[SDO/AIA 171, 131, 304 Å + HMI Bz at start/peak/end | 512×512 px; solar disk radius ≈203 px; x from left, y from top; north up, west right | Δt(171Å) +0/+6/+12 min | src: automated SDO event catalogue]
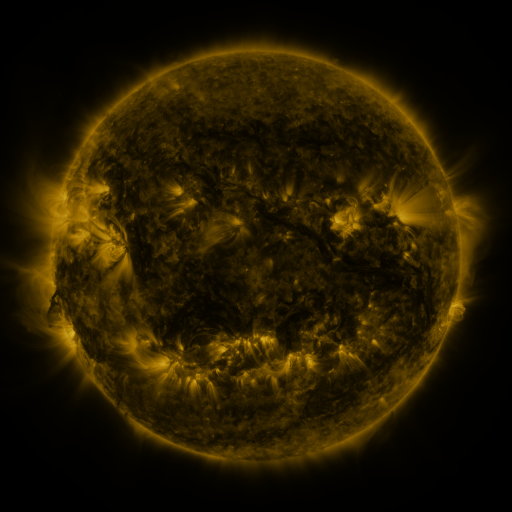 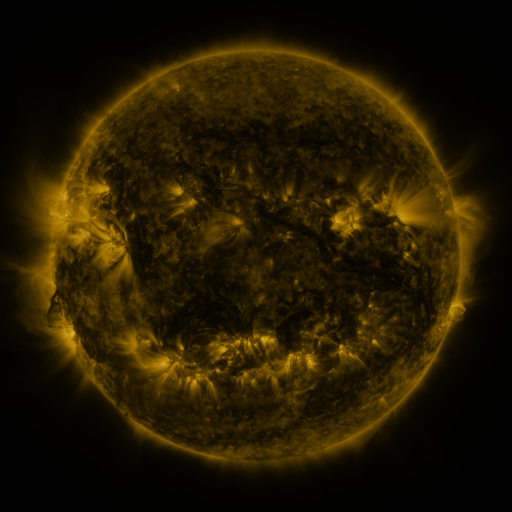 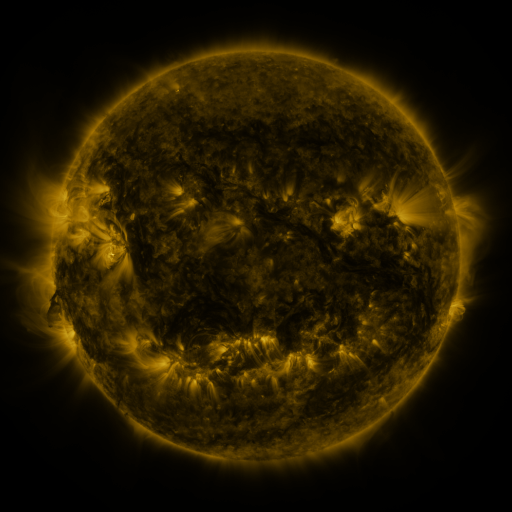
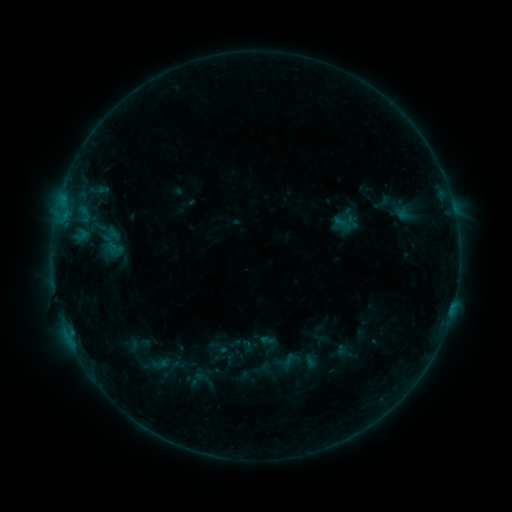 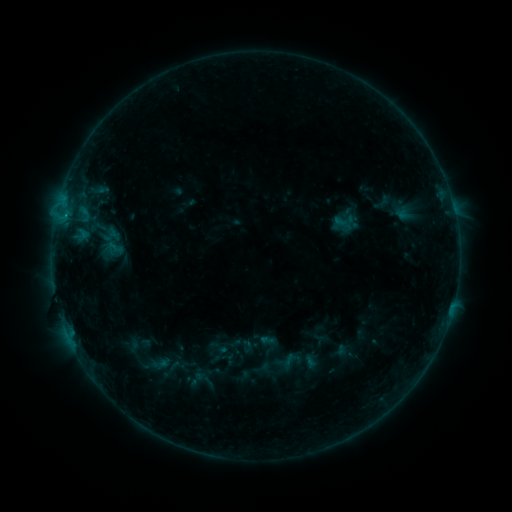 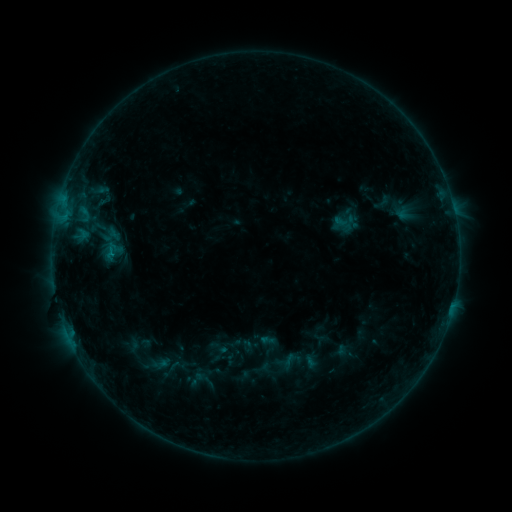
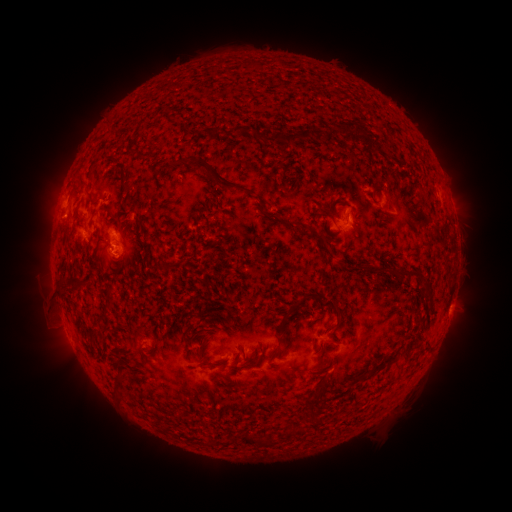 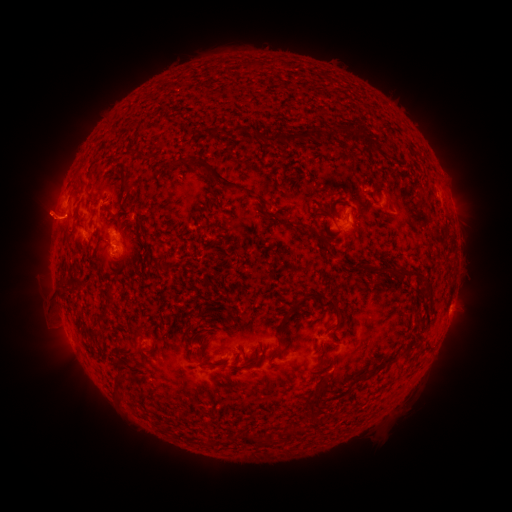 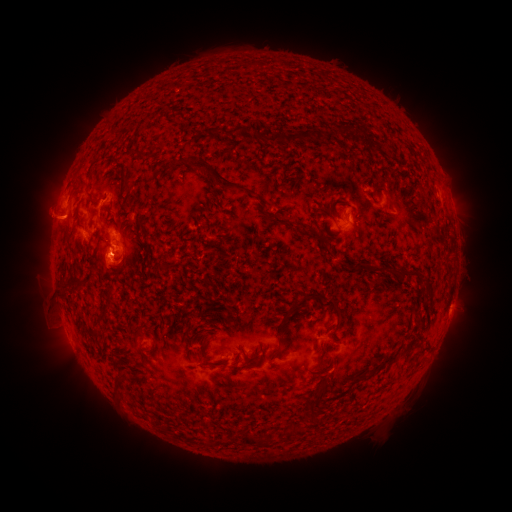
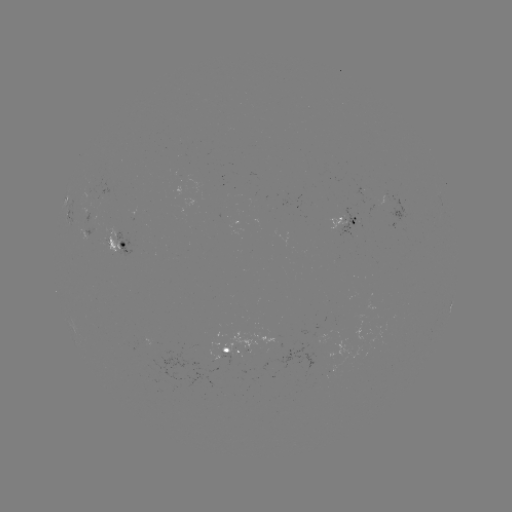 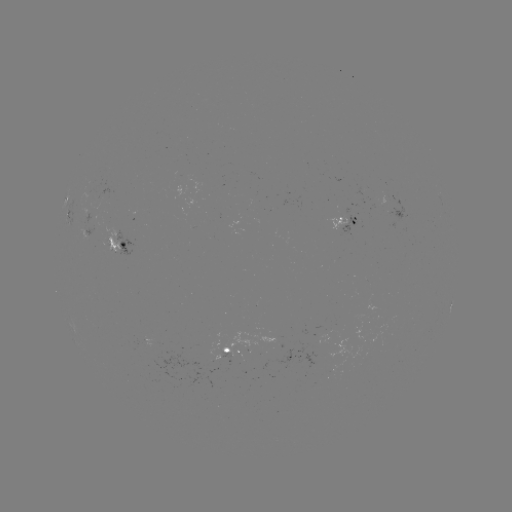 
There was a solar eruption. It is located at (47, 215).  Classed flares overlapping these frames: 1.